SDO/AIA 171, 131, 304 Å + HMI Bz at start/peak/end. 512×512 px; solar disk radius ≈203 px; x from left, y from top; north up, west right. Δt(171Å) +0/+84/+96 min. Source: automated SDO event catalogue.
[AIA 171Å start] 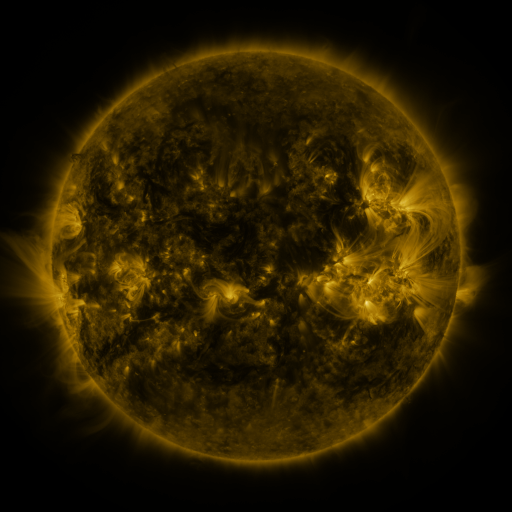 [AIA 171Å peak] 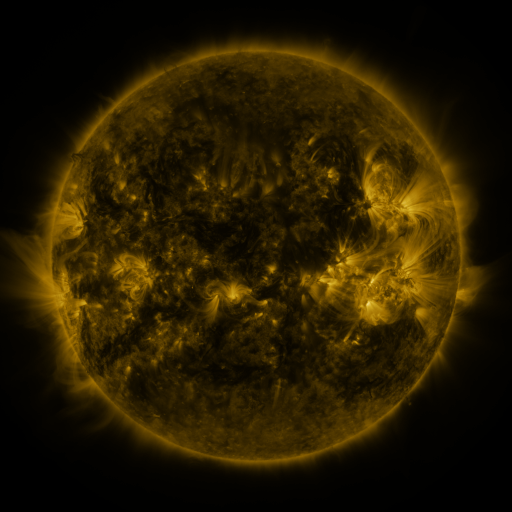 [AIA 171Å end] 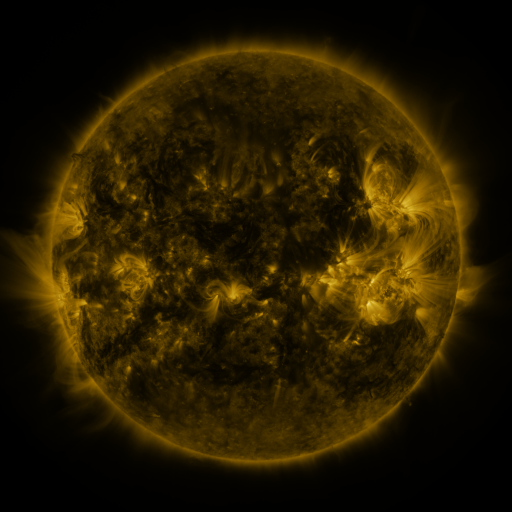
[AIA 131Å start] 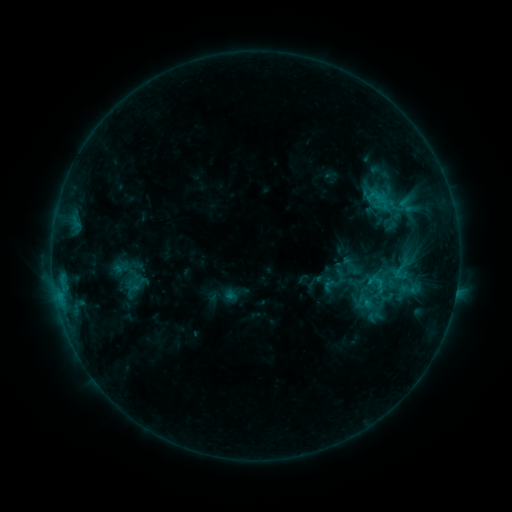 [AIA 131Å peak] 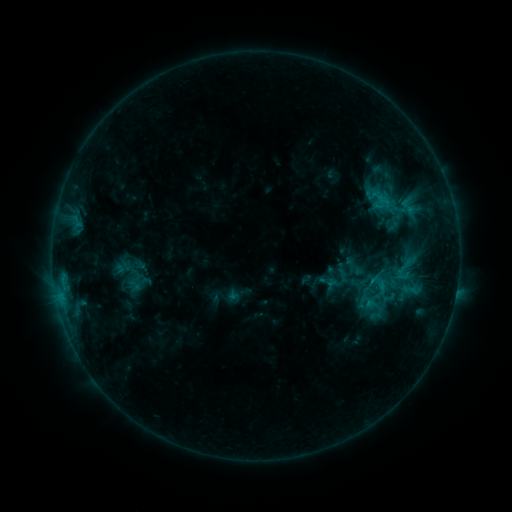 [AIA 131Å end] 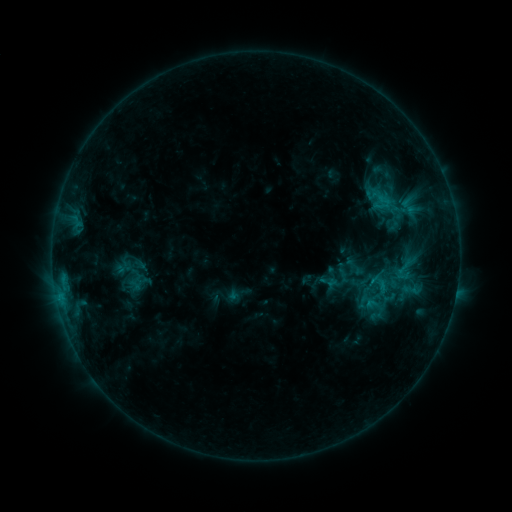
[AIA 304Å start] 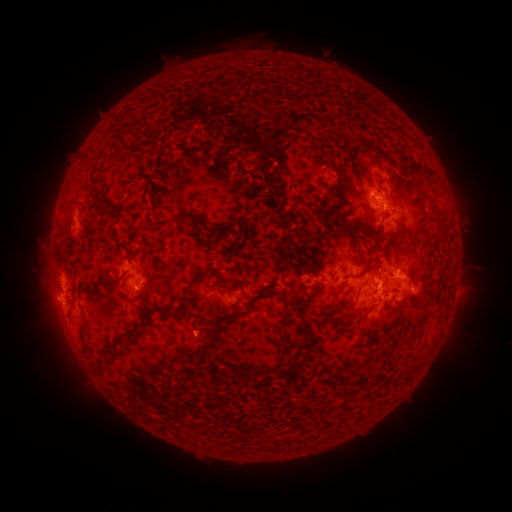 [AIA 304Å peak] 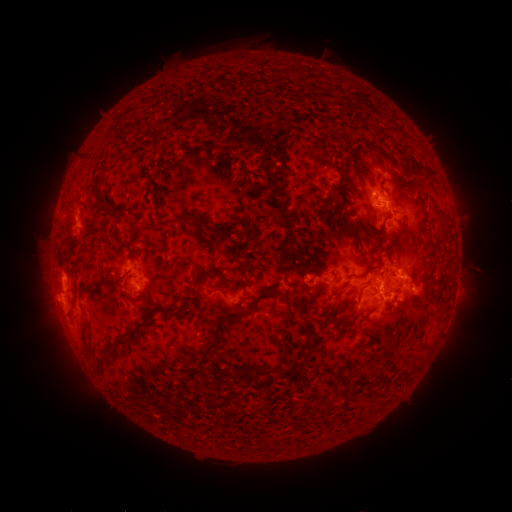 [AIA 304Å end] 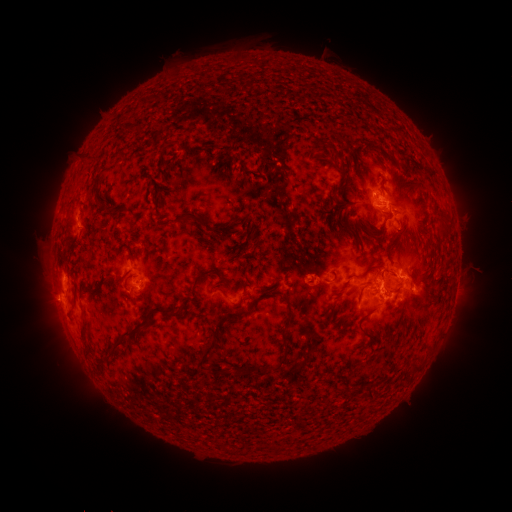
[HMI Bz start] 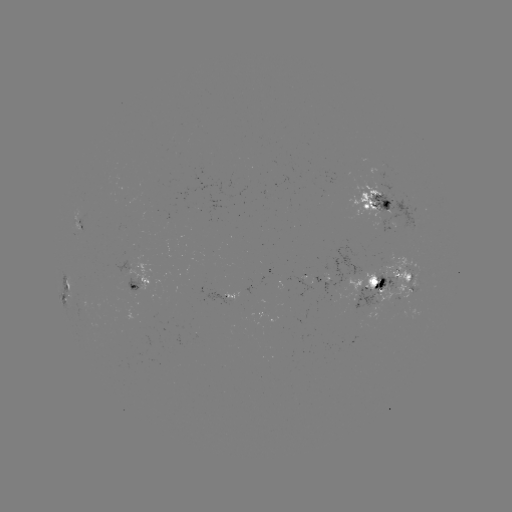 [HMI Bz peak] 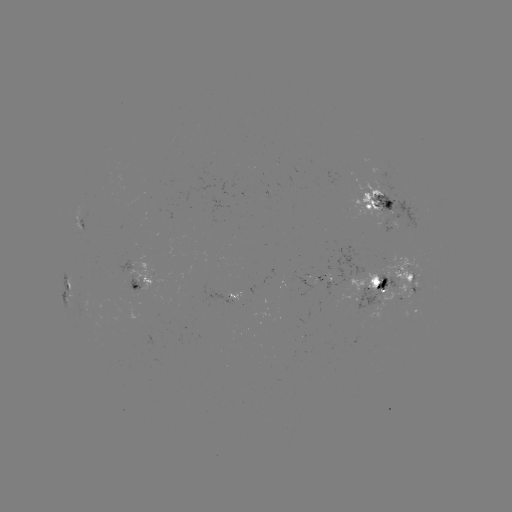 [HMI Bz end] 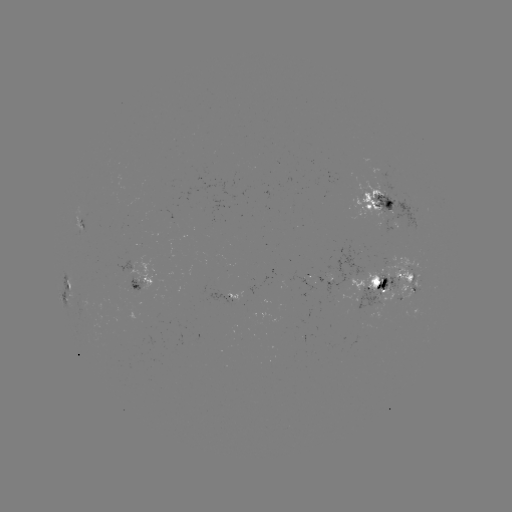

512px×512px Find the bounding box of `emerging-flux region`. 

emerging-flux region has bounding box [348, 269, 378, 295].